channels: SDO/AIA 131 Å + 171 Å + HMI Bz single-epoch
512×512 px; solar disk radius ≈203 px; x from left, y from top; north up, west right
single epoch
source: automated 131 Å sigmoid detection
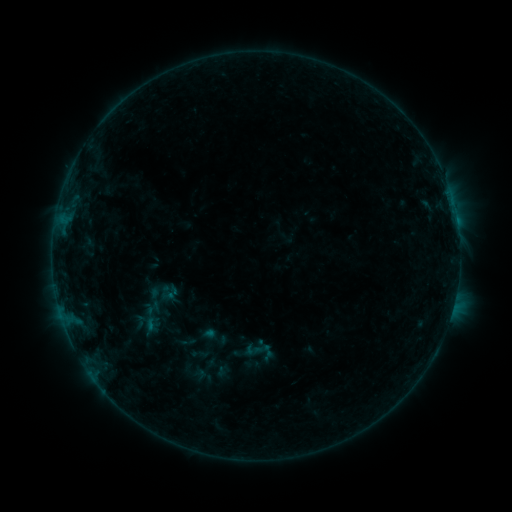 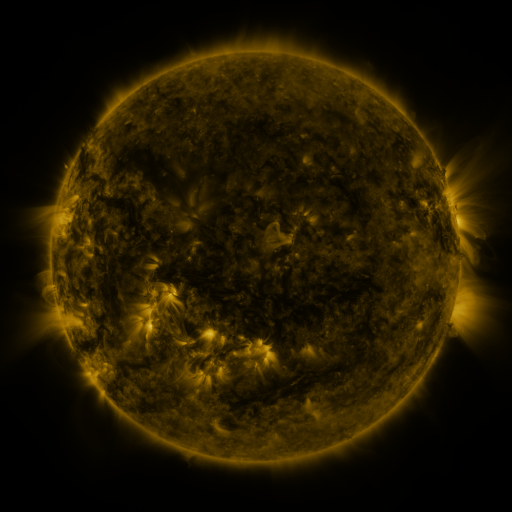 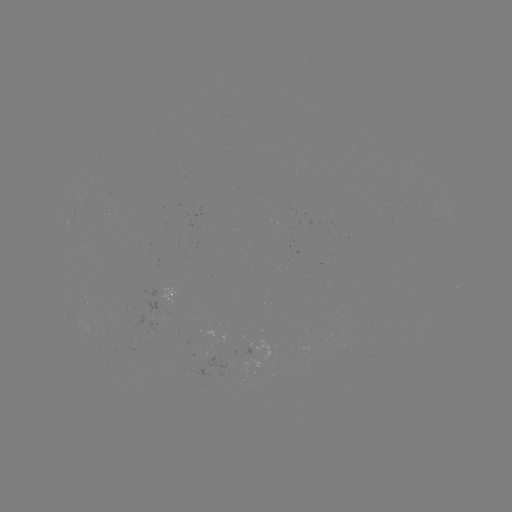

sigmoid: <bbox>242, 335, 276, 367</bbox>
